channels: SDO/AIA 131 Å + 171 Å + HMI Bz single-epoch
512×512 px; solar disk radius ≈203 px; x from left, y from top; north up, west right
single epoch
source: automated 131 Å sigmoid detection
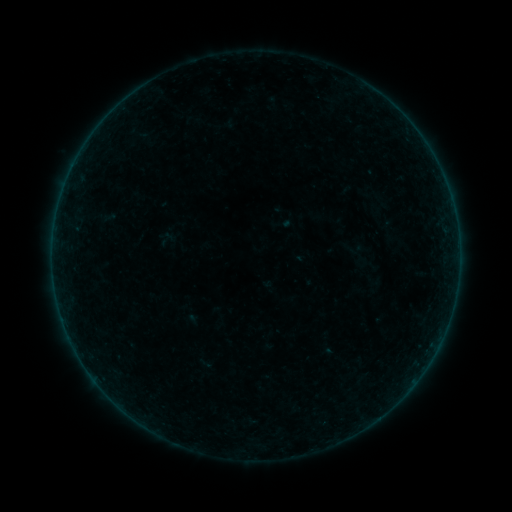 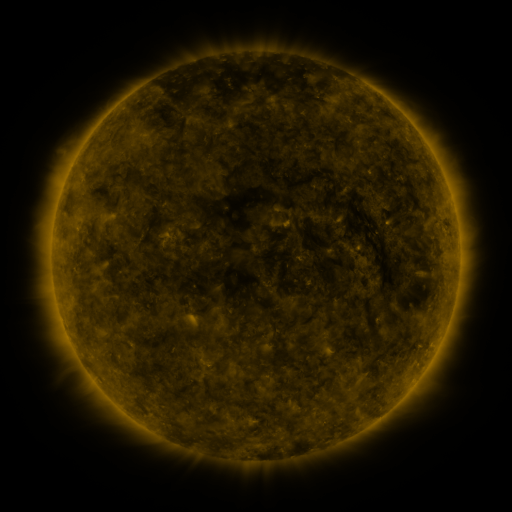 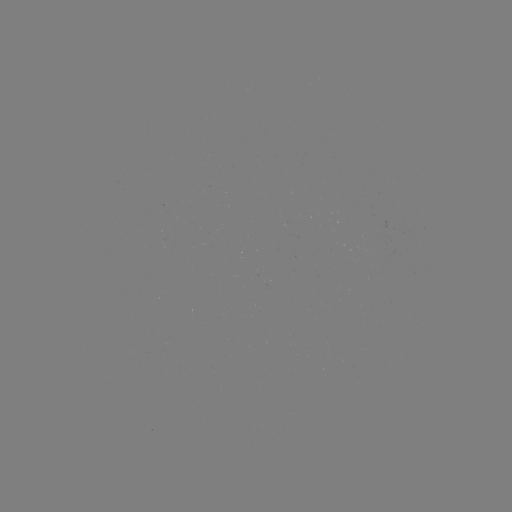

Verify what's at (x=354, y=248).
sigmoid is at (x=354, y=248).